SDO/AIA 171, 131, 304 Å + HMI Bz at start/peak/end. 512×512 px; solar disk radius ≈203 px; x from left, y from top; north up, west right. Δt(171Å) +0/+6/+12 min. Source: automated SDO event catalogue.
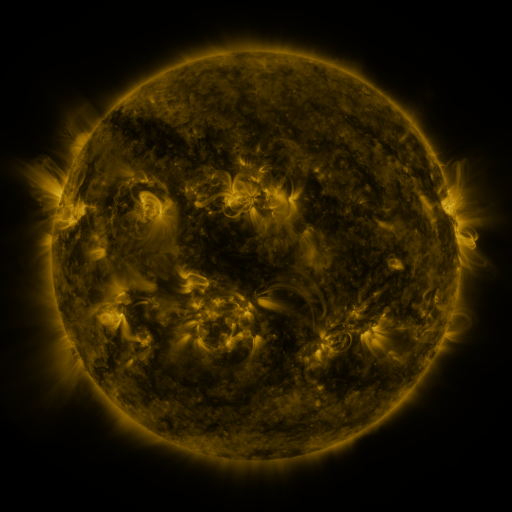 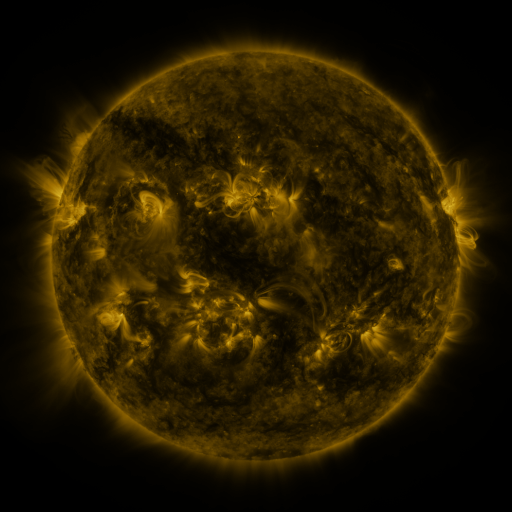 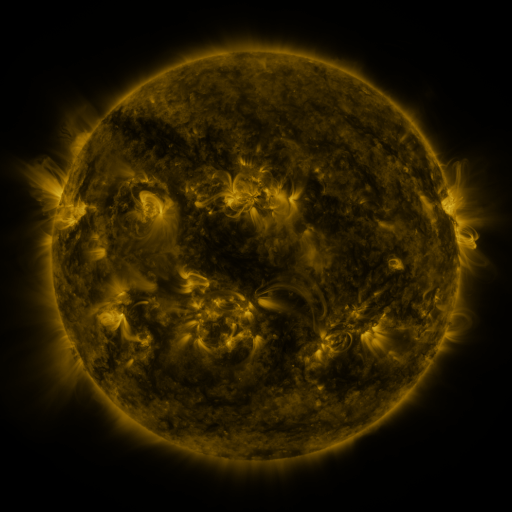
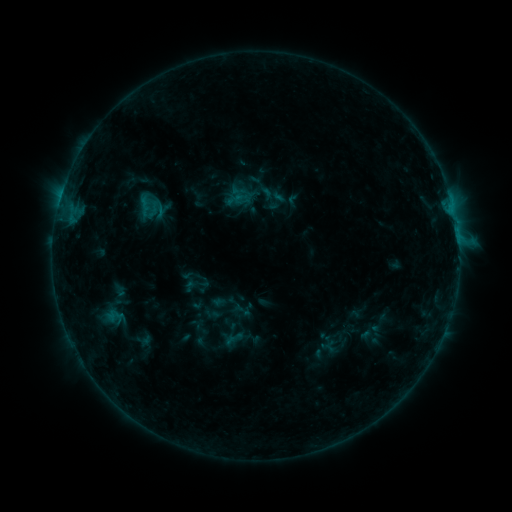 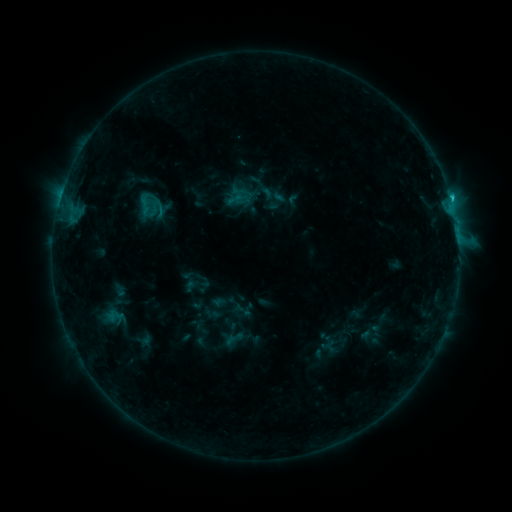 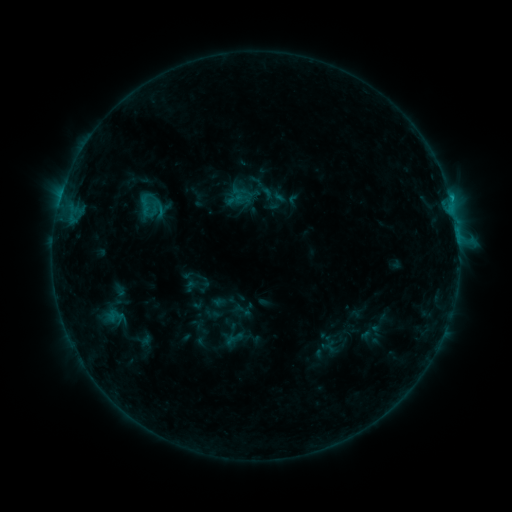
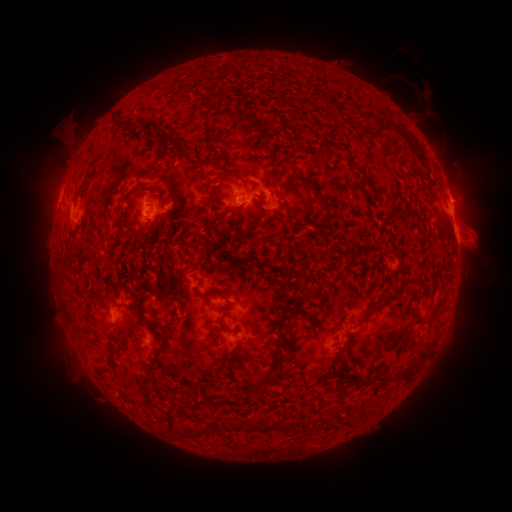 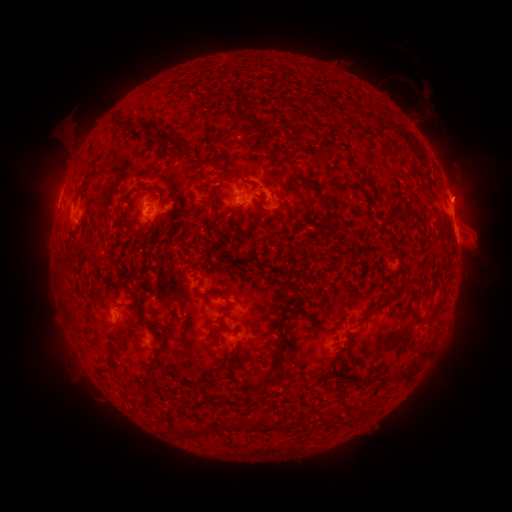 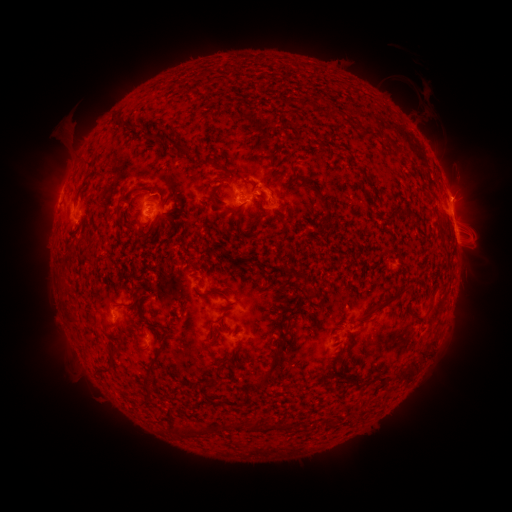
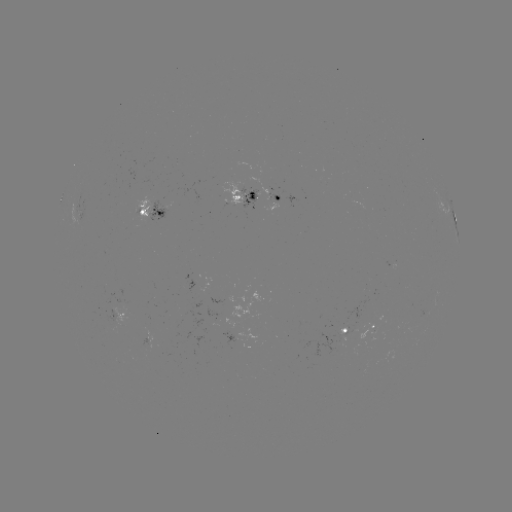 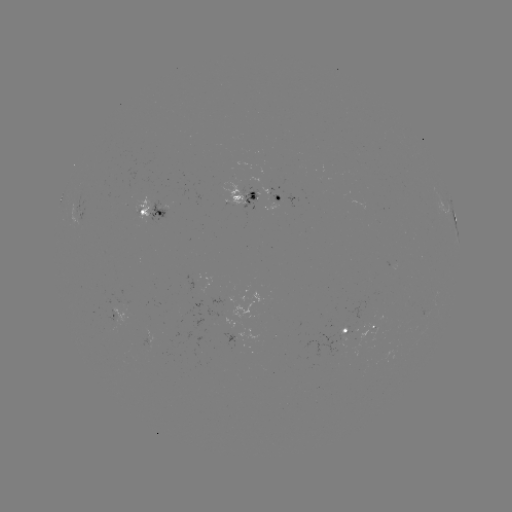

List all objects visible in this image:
C1.1 flare: (451, 199)
